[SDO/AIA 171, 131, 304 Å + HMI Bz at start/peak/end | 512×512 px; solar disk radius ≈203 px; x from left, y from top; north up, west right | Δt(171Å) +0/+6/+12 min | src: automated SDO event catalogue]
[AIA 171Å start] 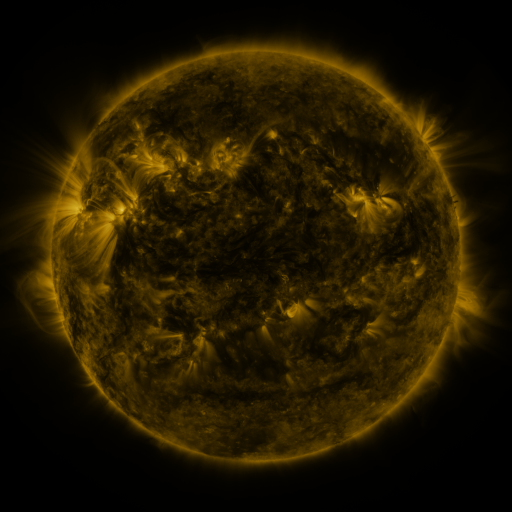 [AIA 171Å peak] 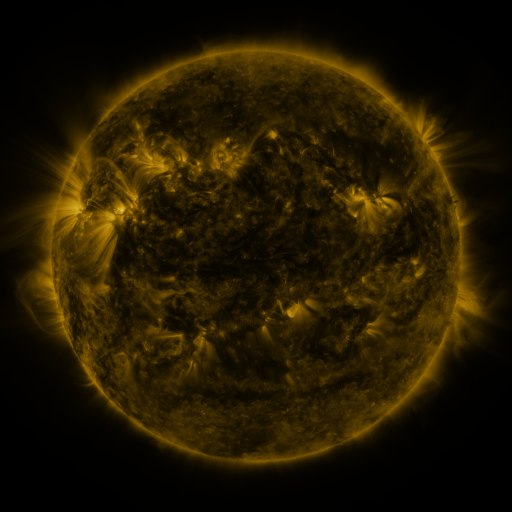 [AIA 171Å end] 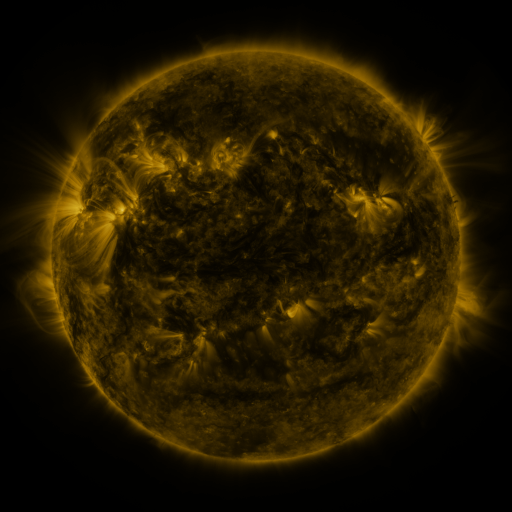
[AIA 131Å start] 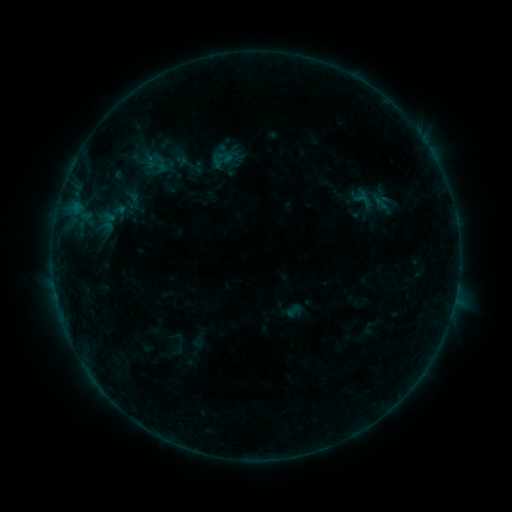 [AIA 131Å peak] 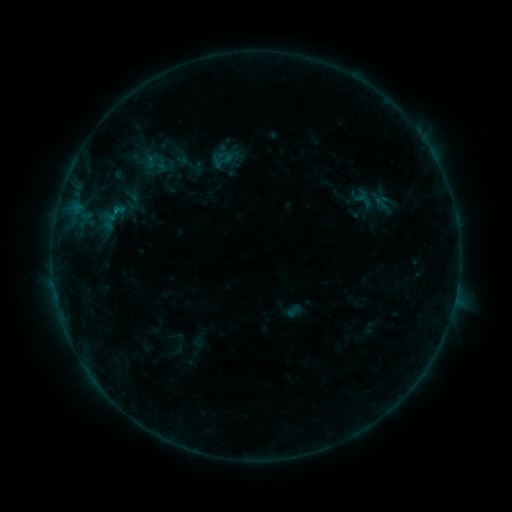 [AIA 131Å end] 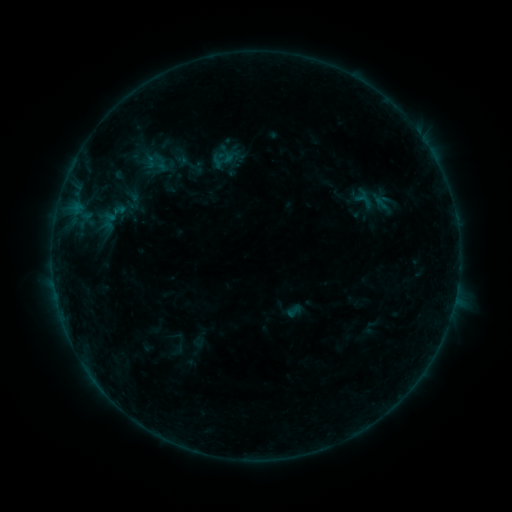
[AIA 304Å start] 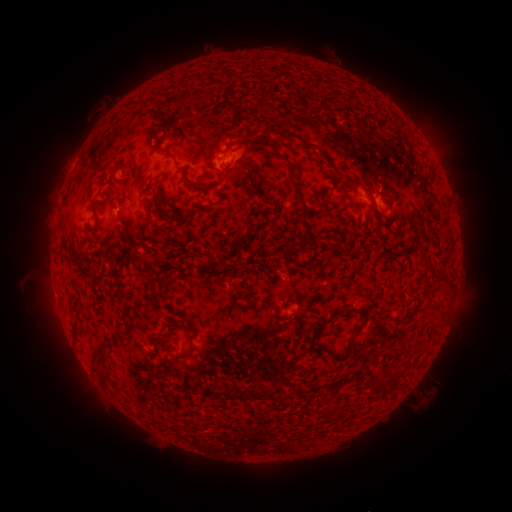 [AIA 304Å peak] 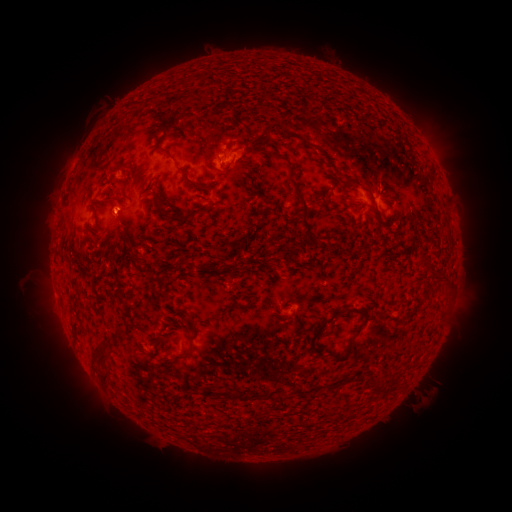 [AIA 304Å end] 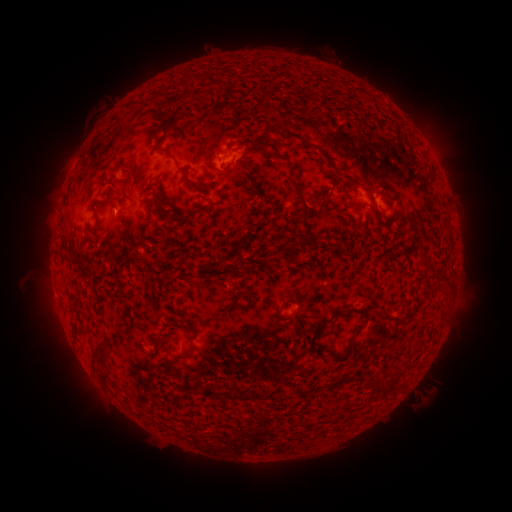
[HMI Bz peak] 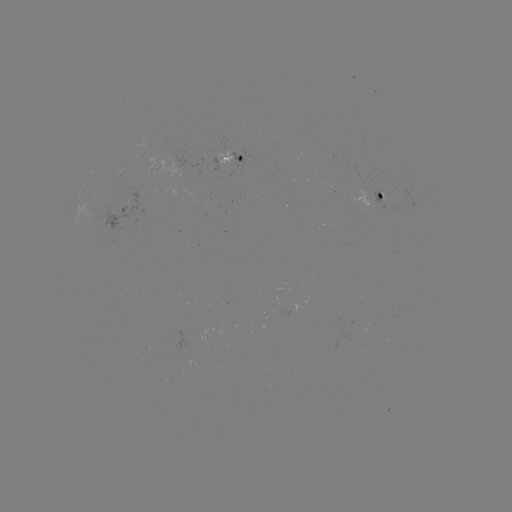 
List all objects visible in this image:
B3.0 flare: (118, 211)
